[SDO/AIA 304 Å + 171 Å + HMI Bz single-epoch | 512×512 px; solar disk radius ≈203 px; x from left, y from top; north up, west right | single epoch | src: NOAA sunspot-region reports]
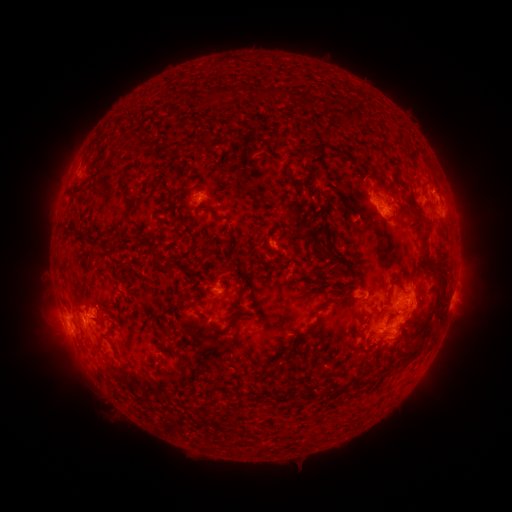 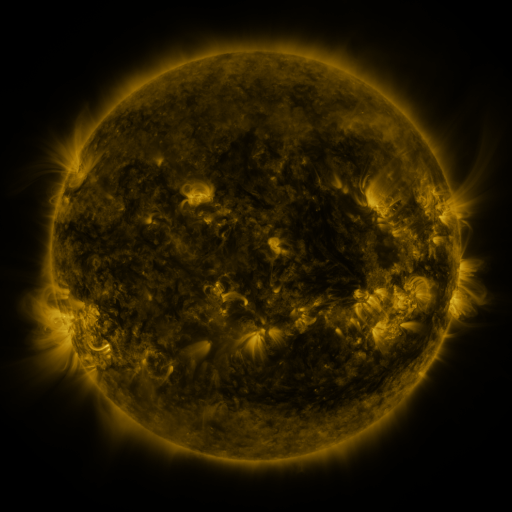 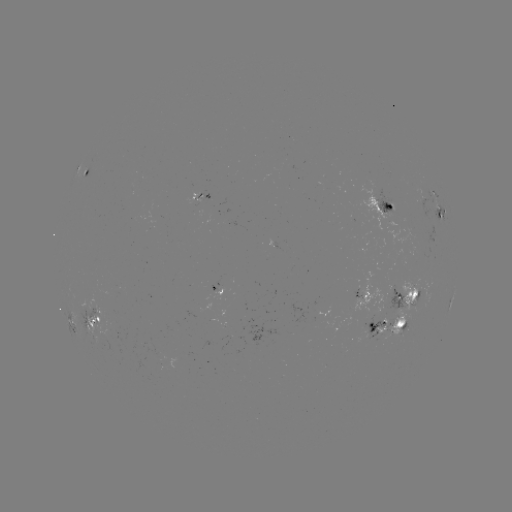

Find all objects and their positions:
spotted active region: (87, 174)
spotted active region: (202, 195)
spotted active region: (387, 204)
spotted active region: (441, 211)
spotted active region: (365, 296)
spotted active region: (409, 296)
spotted active region: (451, 302)
spotted active region: (95, 320)
spotted active region: (386, 327)
